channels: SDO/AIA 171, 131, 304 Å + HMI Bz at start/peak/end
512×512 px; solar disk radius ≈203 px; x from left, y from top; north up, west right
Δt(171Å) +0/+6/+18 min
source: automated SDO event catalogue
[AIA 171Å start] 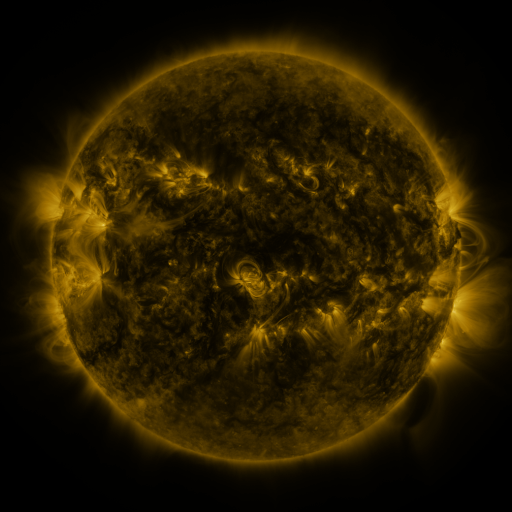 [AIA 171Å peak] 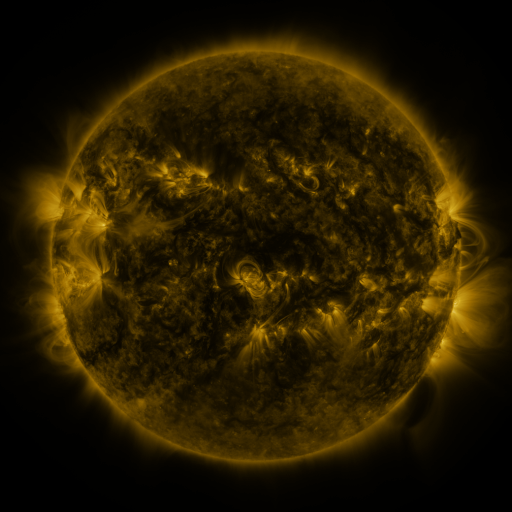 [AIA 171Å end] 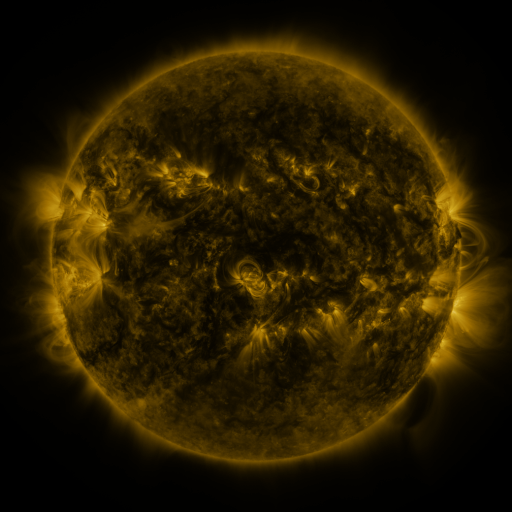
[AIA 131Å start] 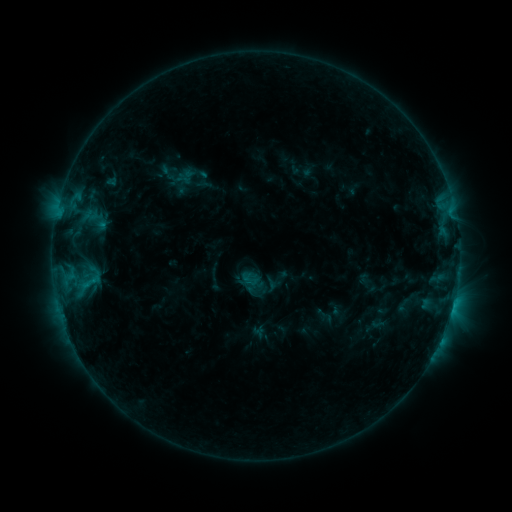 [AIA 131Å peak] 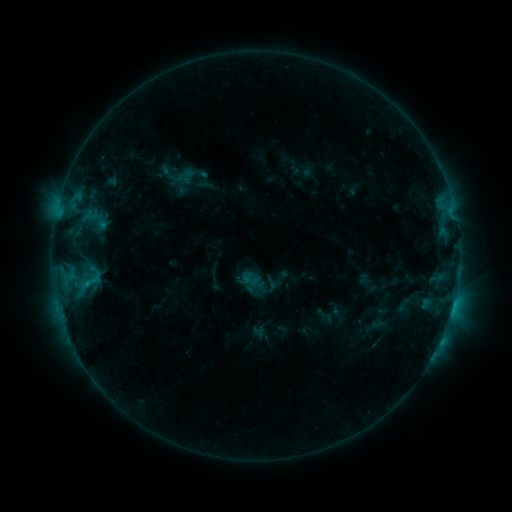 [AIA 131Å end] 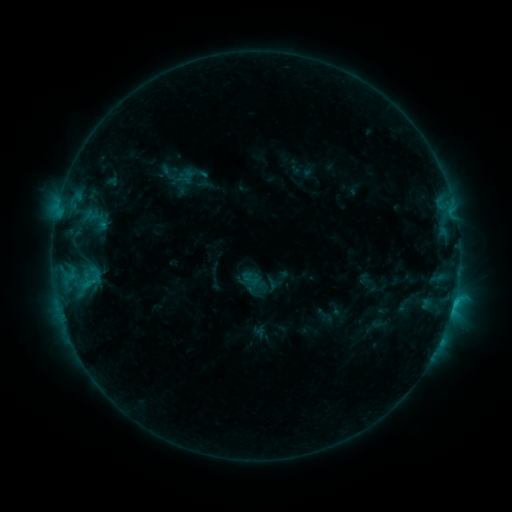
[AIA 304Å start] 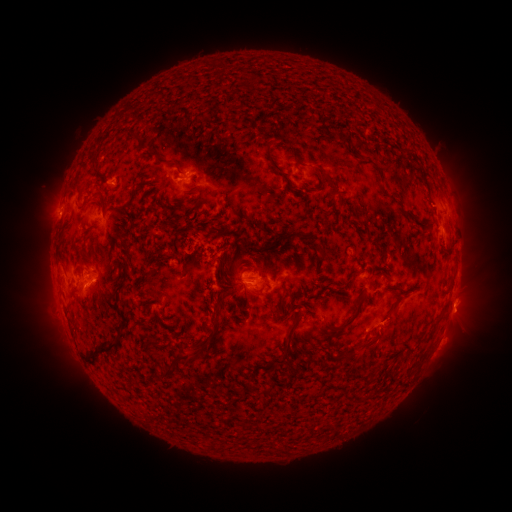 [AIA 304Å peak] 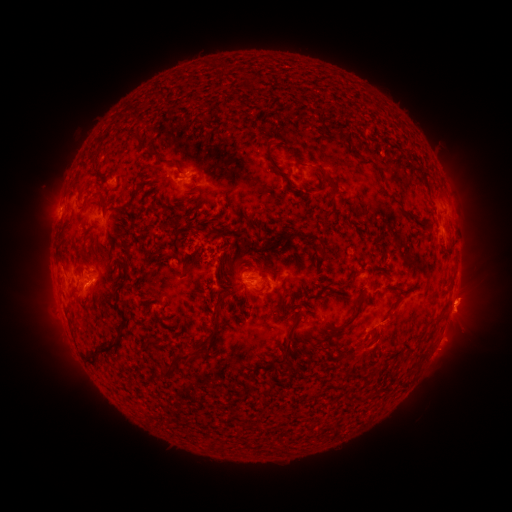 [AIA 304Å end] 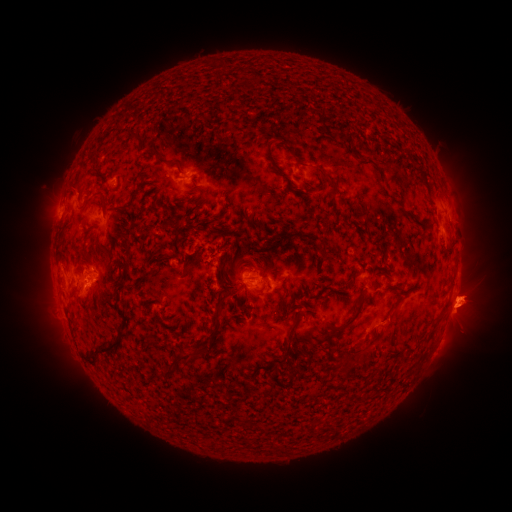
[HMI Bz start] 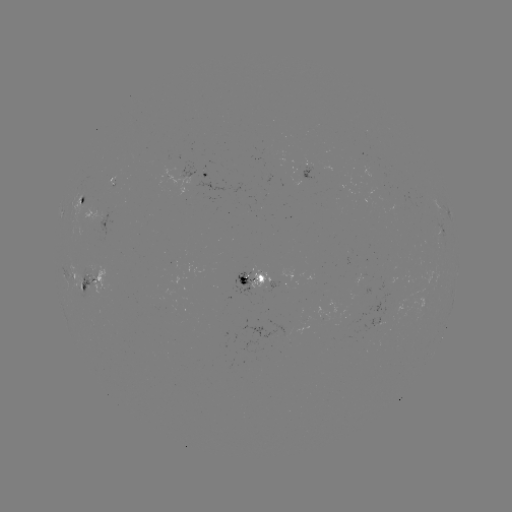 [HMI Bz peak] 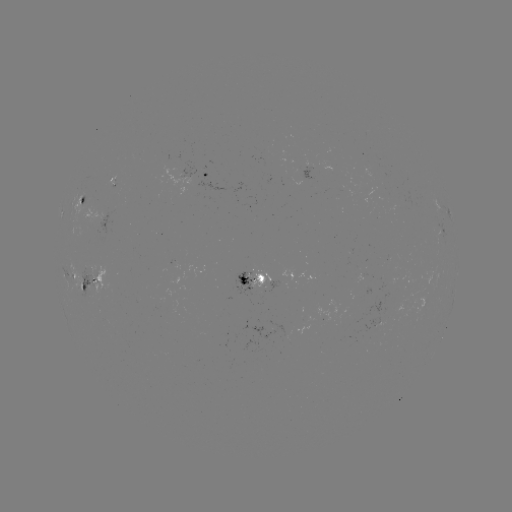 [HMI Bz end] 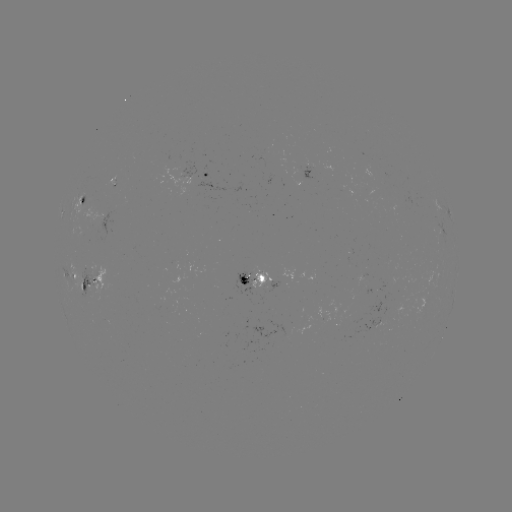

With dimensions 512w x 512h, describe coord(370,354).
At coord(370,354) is eruption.